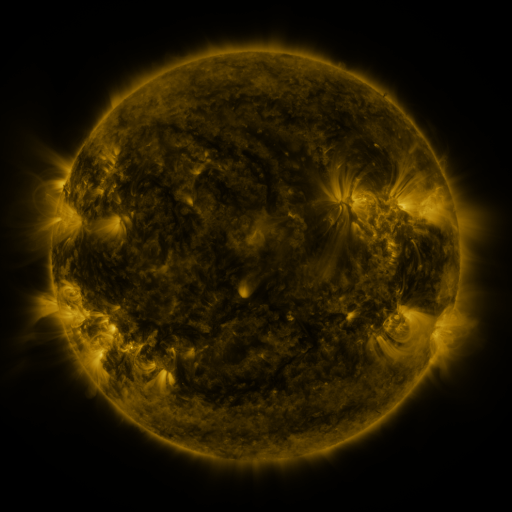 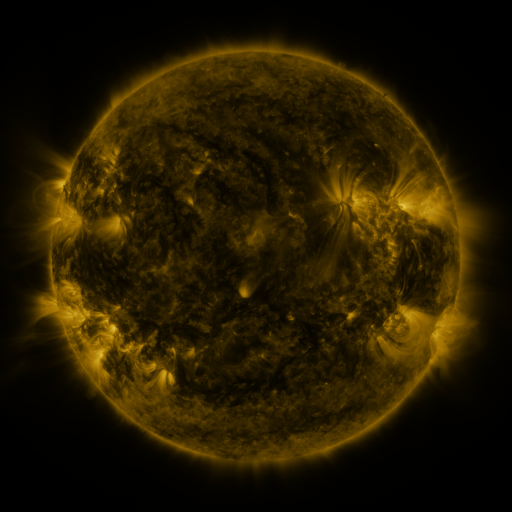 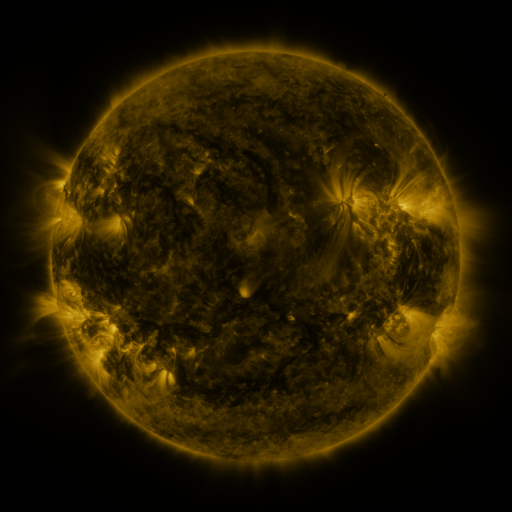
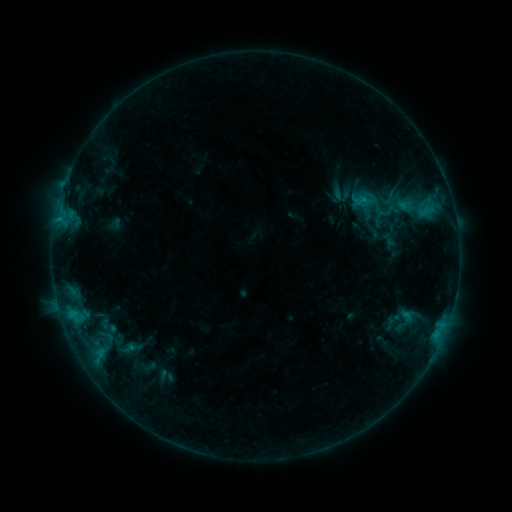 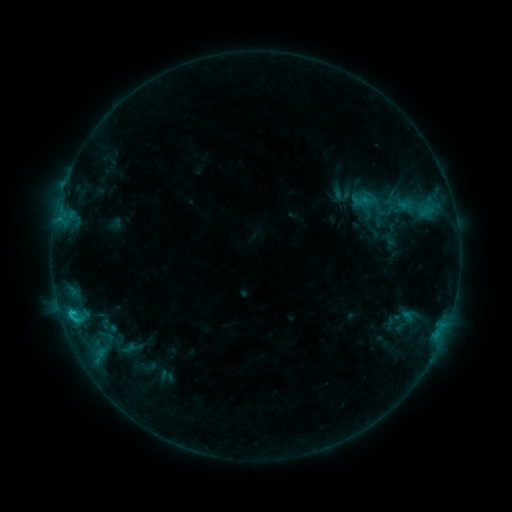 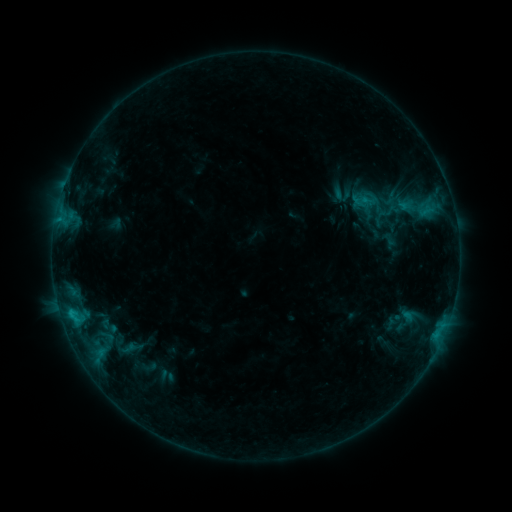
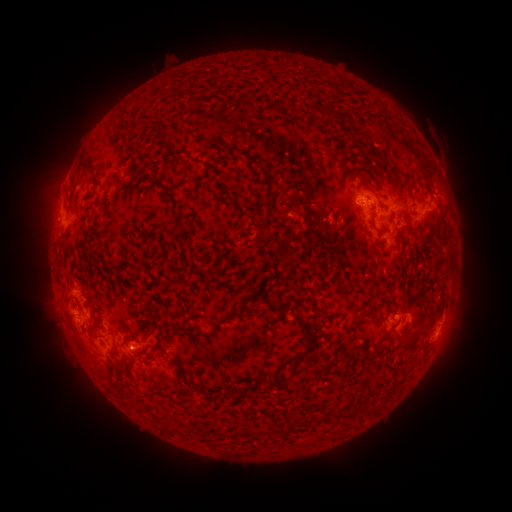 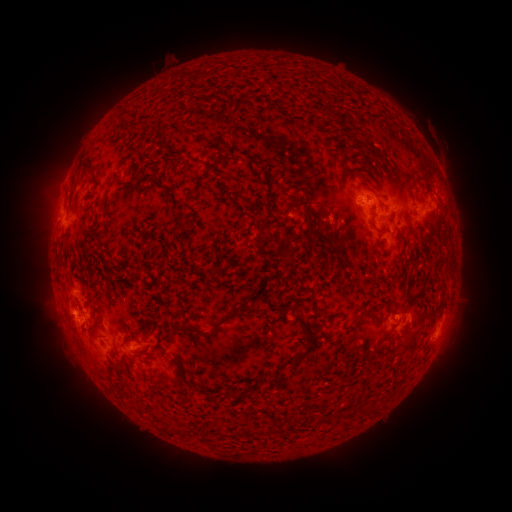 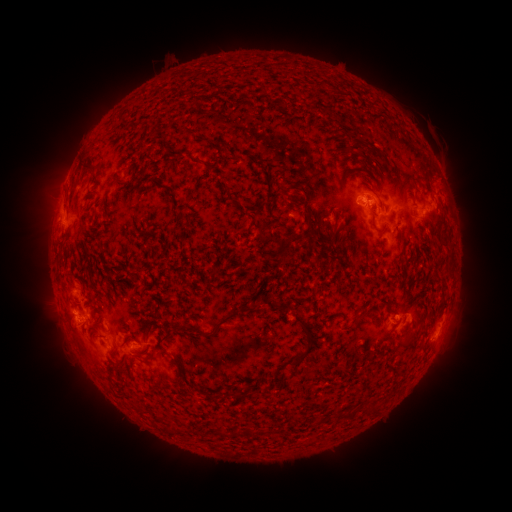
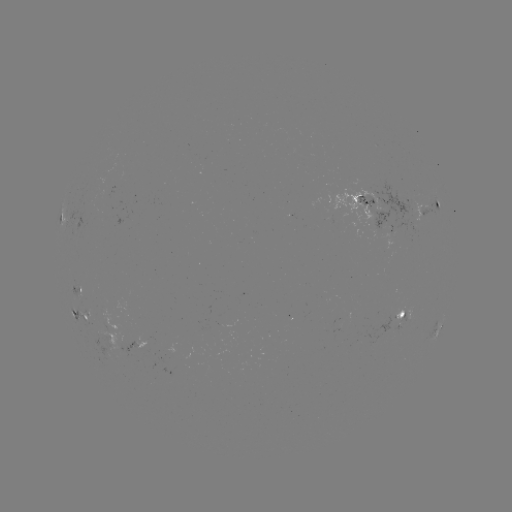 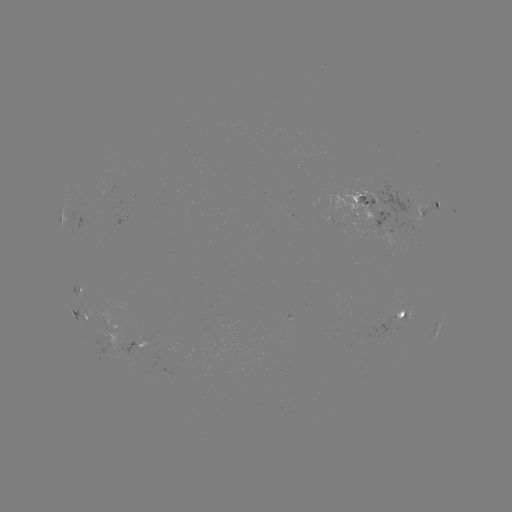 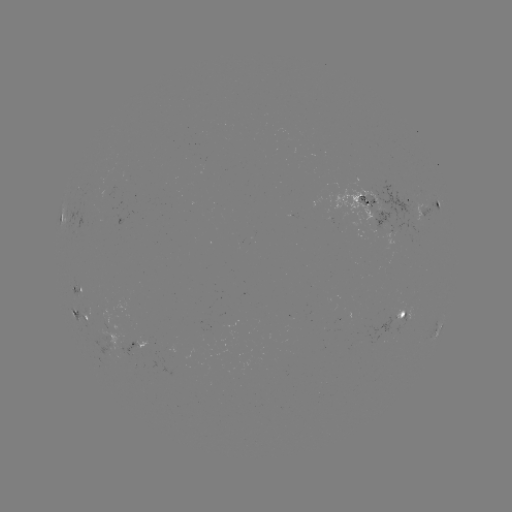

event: flare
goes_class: C1.1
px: (72, 312)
